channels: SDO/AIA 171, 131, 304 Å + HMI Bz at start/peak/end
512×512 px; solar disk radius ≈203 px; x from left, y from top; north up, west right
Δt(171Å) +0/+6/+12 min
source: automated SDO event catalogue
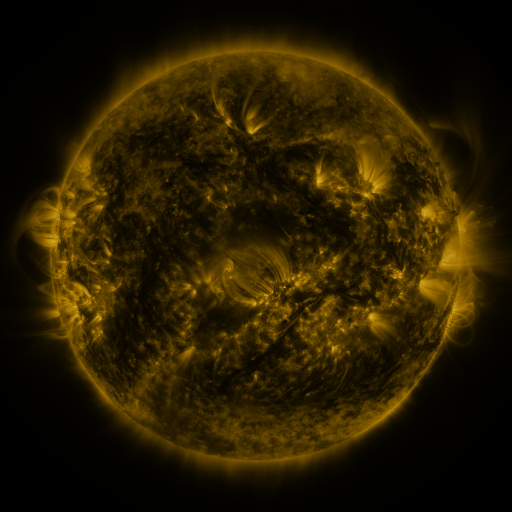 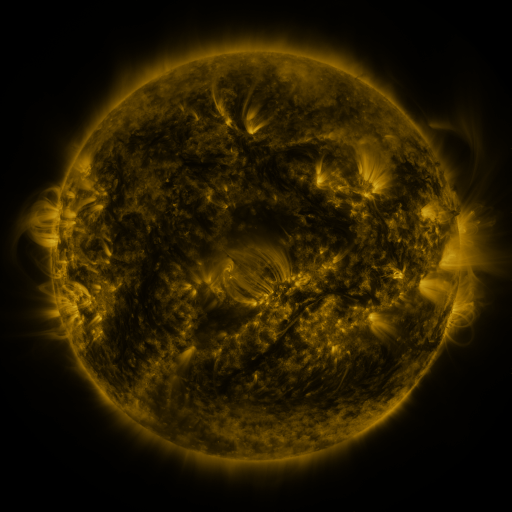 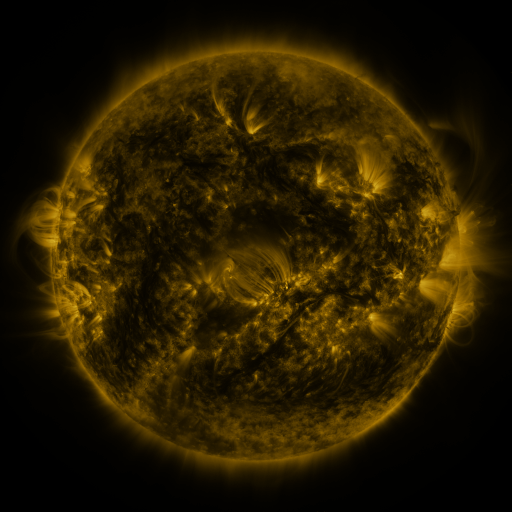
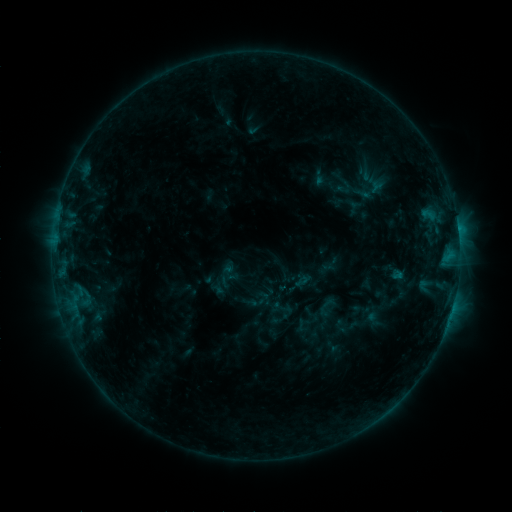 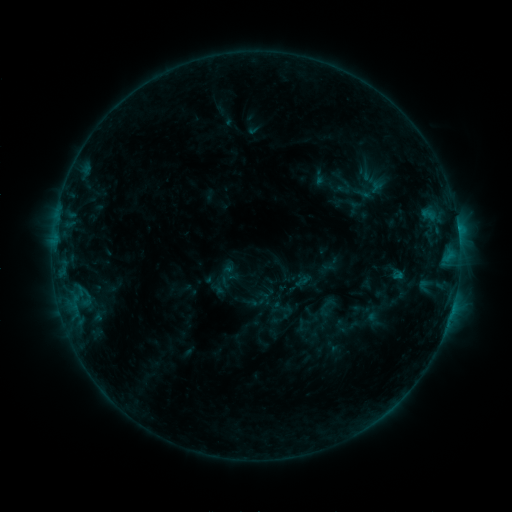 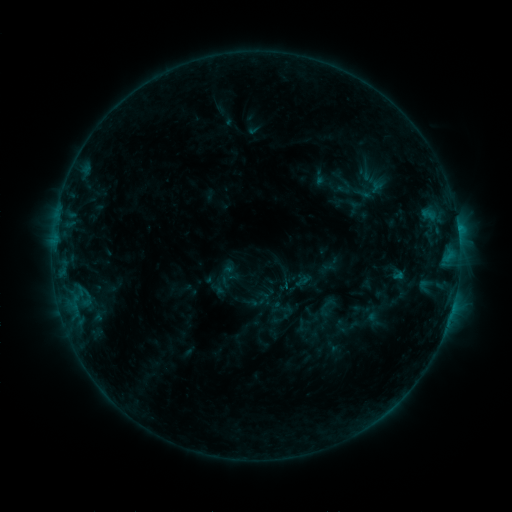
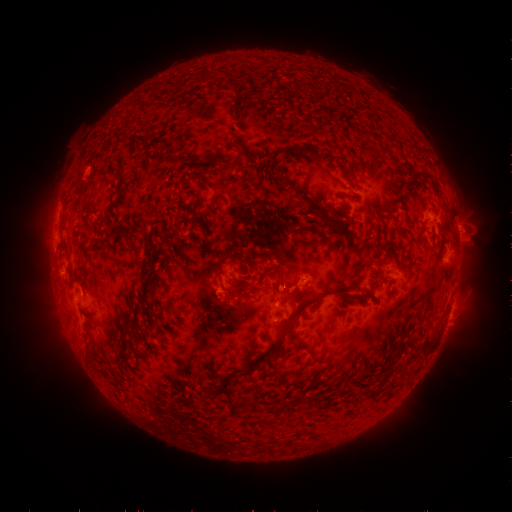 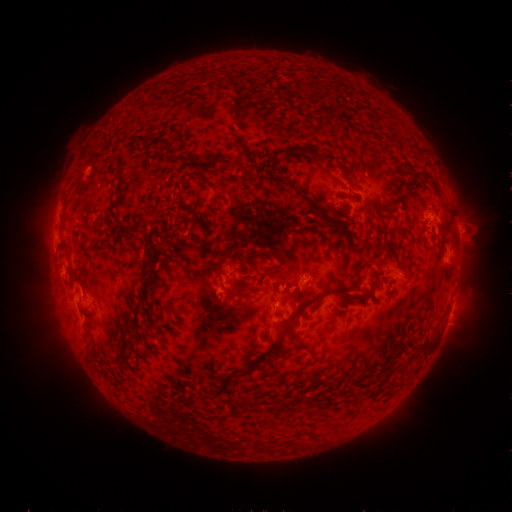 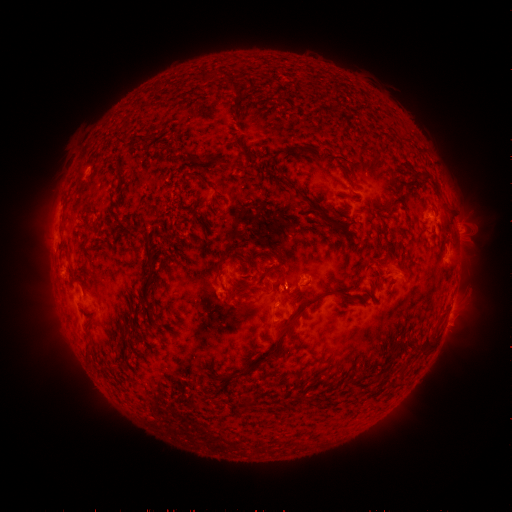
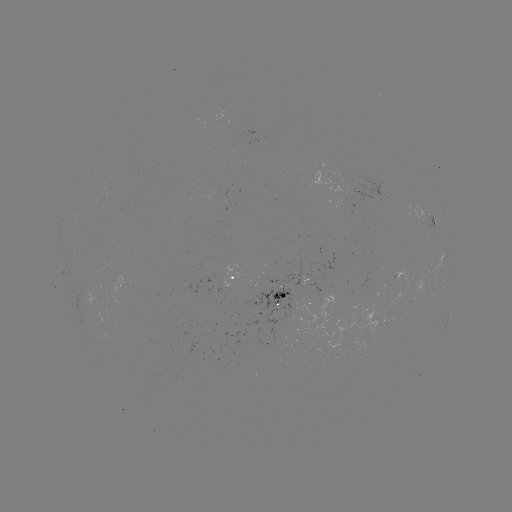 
no flare in any classed list; no EUV-trigger detection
